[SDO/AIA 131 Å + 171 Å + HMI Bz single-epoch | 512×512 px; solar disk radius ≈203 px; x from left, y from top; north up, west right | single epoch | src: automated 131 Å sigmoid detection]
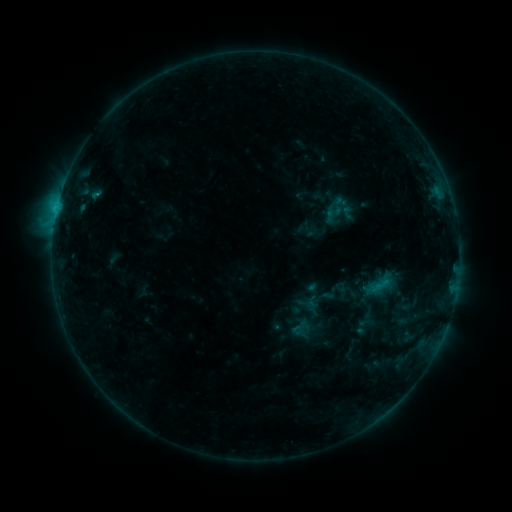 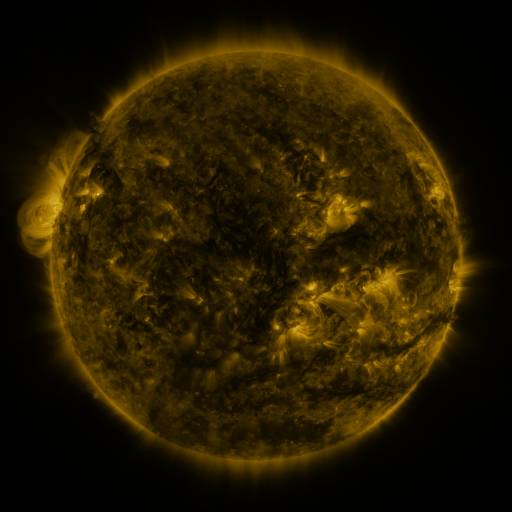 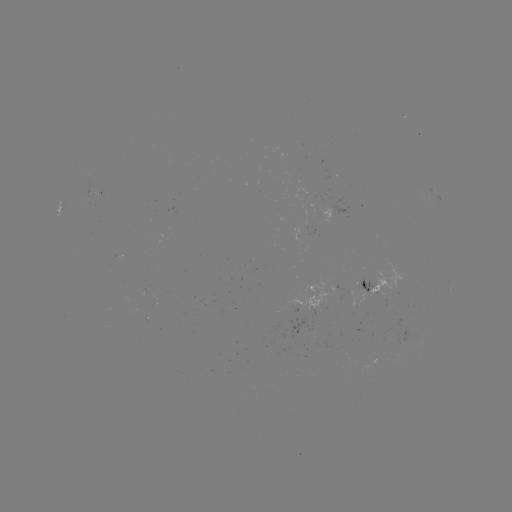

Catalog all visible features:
sigmoid: (366, 320)
